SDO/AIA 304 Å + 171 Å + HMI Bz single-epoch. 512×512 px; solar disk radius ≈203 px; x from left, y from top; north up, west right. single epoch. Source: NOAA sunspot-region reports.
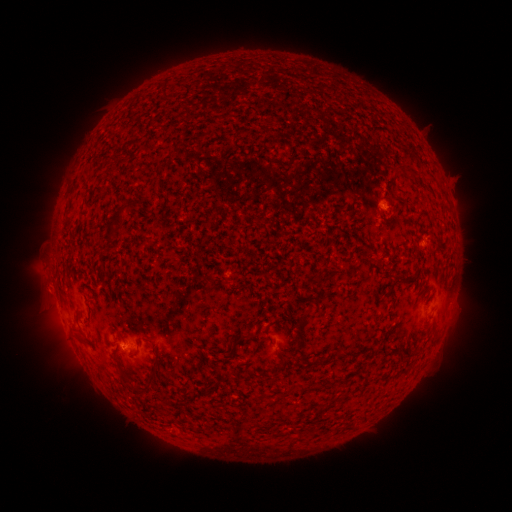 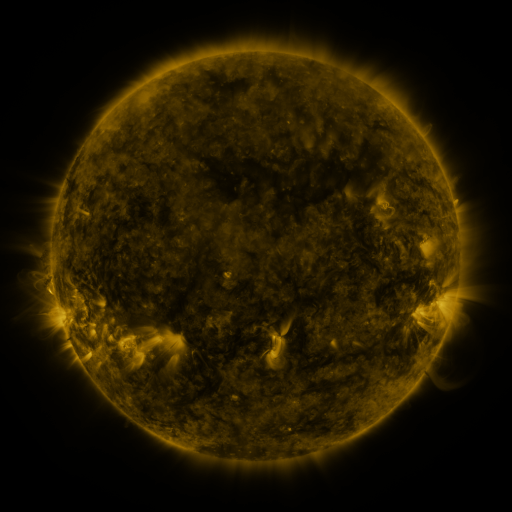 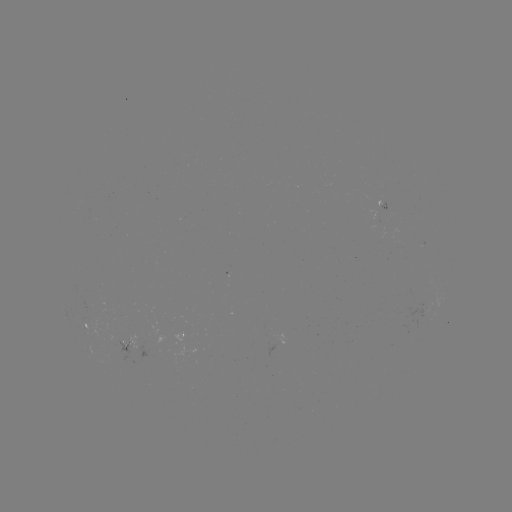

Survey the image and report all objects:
spotted active region: (86, 328)
spotted active region: (192, 334)
spotted active region: (128, 349)
